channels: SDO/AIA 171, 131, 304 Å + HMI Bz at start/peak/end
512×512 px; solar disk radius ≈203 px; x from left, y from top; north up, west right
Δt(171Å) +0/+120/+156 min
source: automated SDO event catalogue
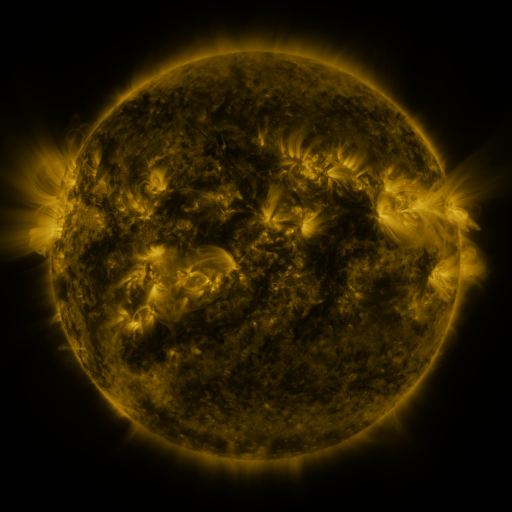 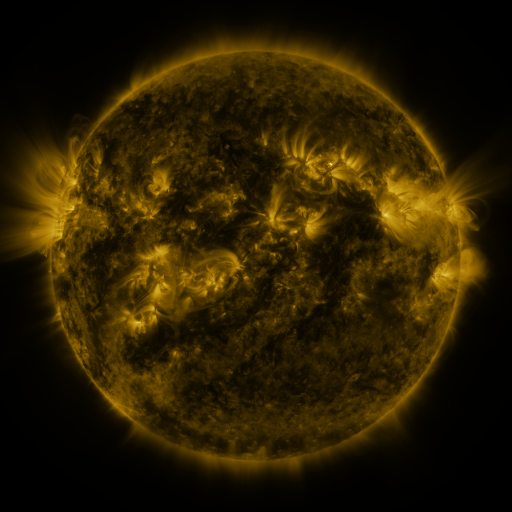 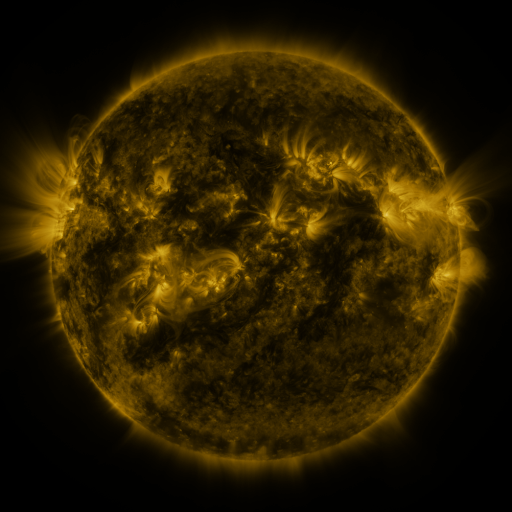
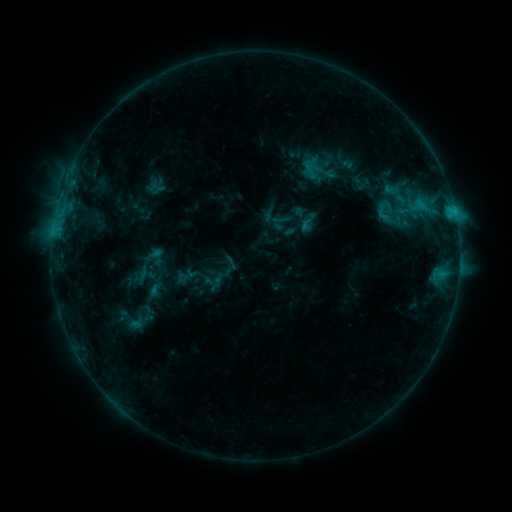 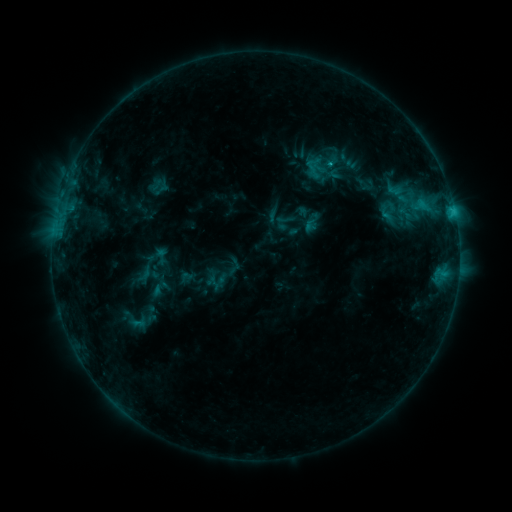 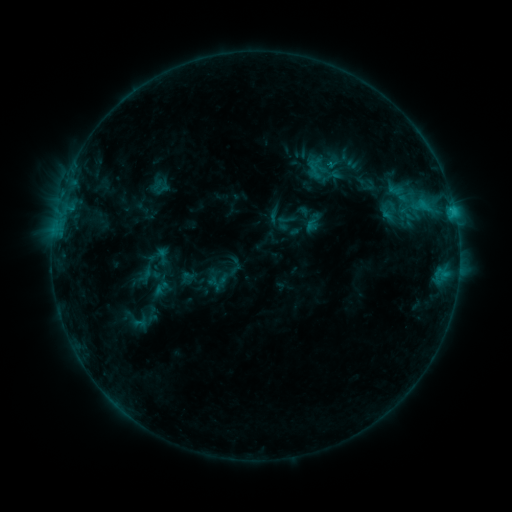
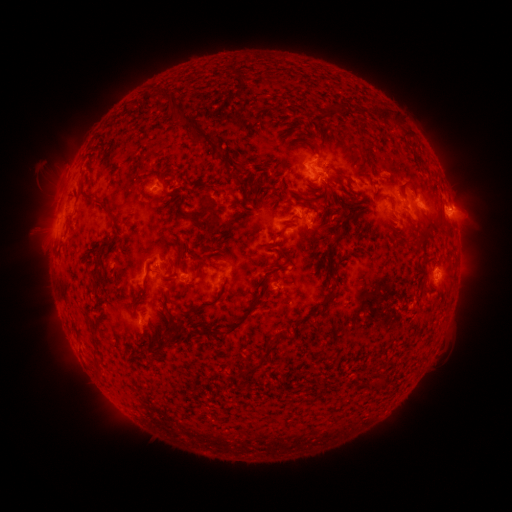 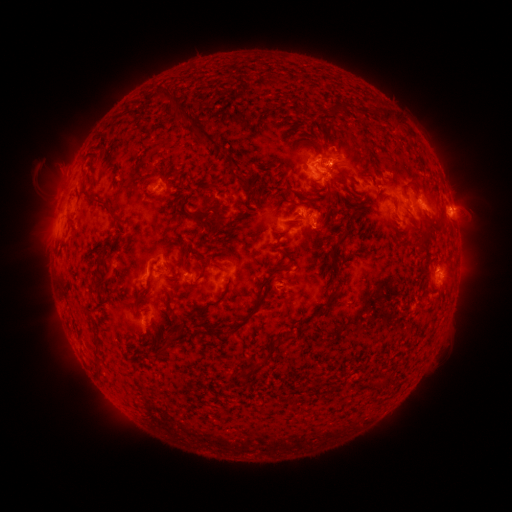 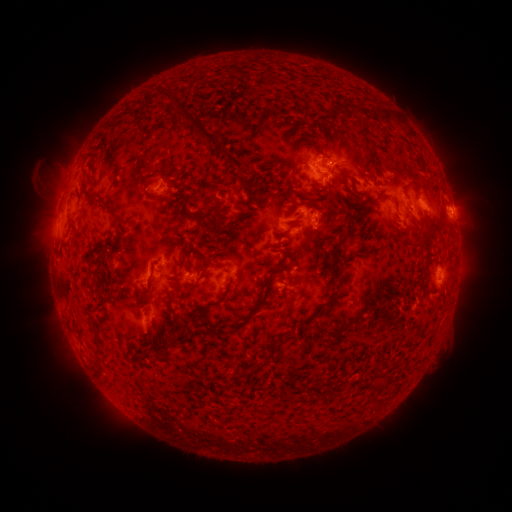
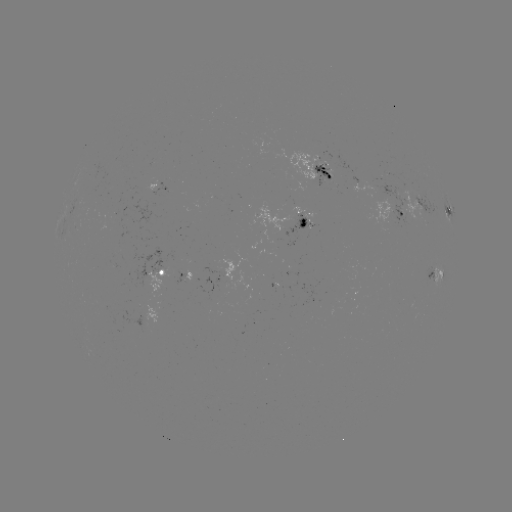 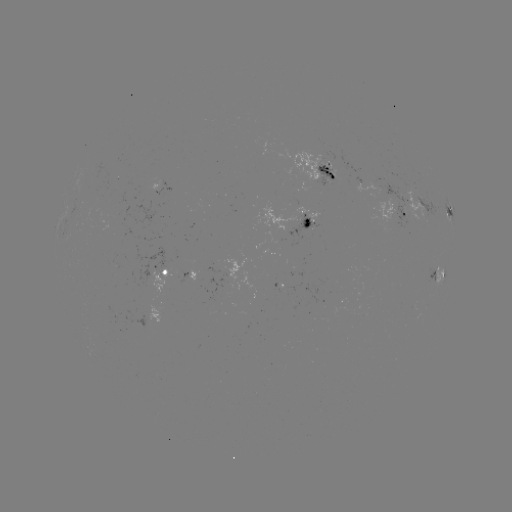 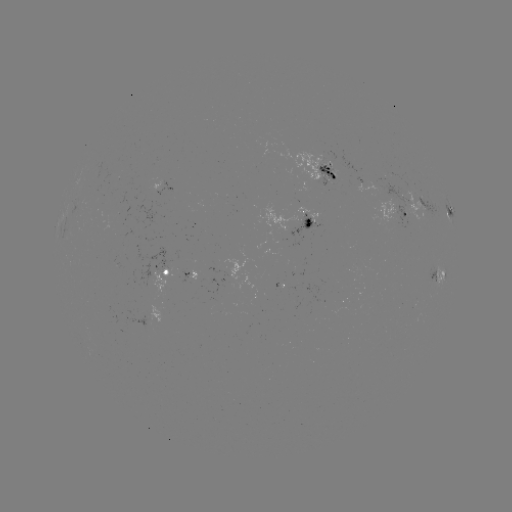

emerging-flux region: (314, 164, 337, 186)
